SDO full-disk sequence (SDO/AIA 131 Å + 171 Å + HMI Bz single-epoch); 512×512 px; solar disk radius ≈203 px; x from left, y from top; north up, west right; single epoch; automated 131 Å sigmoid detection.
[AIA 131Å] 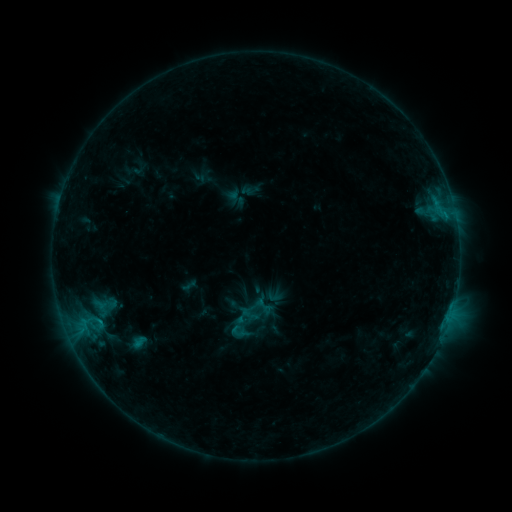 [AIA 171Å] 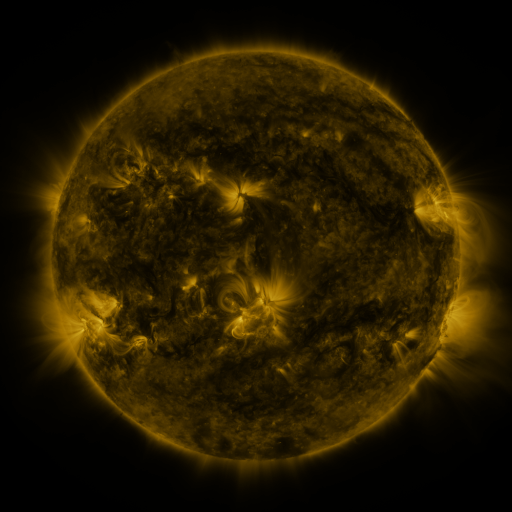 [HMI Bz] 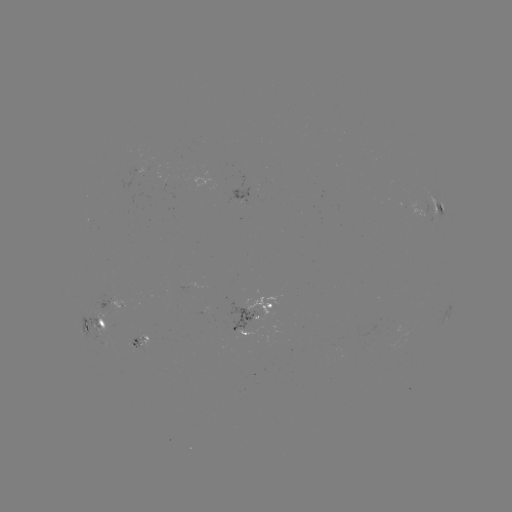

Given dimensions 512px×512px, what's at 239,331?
sigmoid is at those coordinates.